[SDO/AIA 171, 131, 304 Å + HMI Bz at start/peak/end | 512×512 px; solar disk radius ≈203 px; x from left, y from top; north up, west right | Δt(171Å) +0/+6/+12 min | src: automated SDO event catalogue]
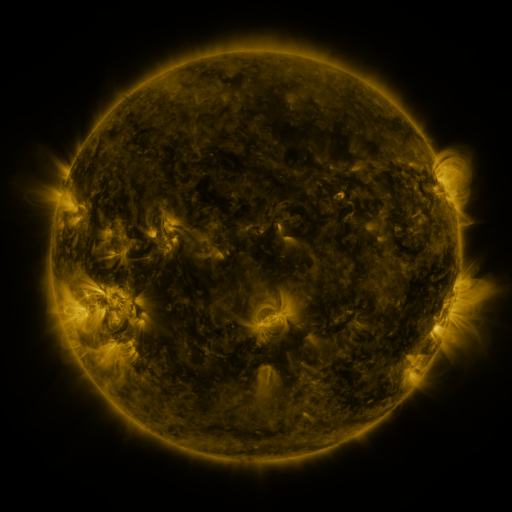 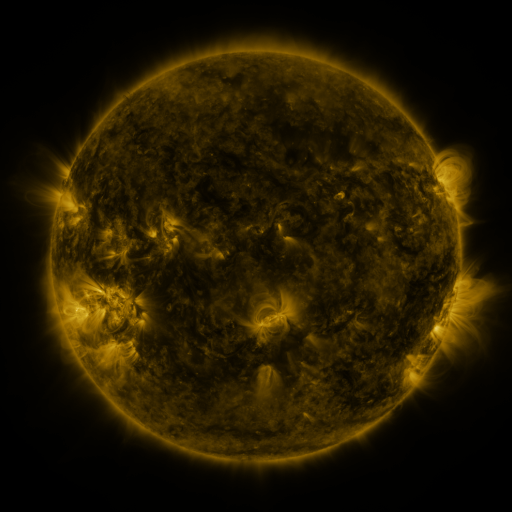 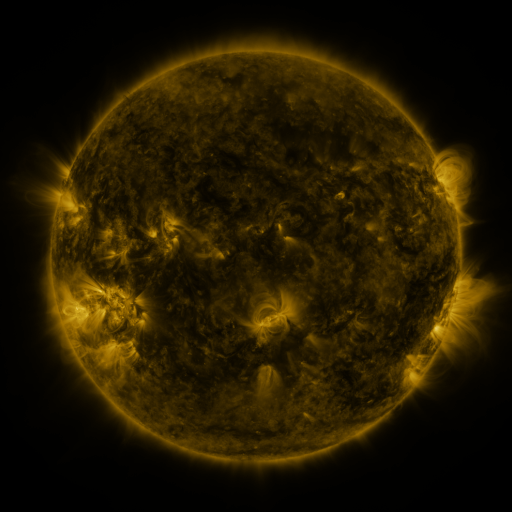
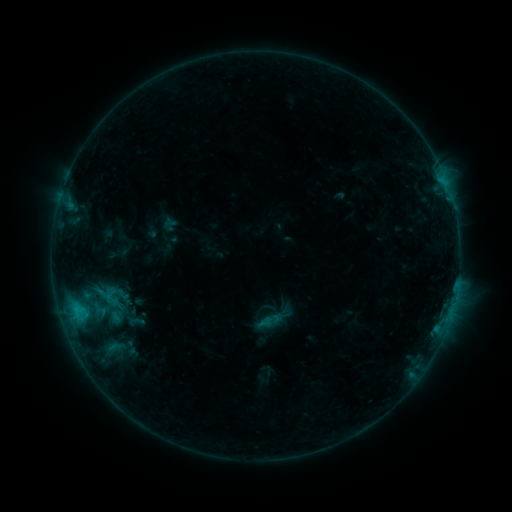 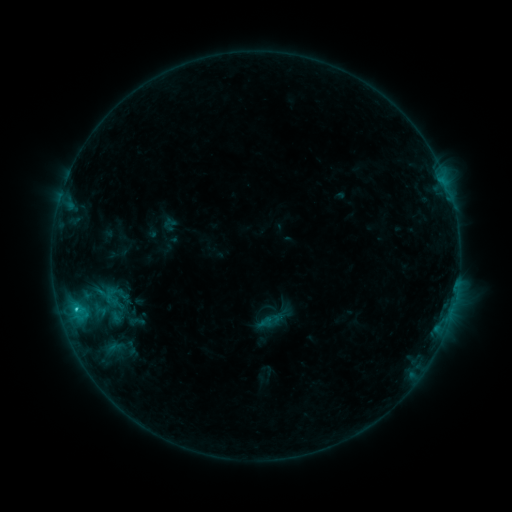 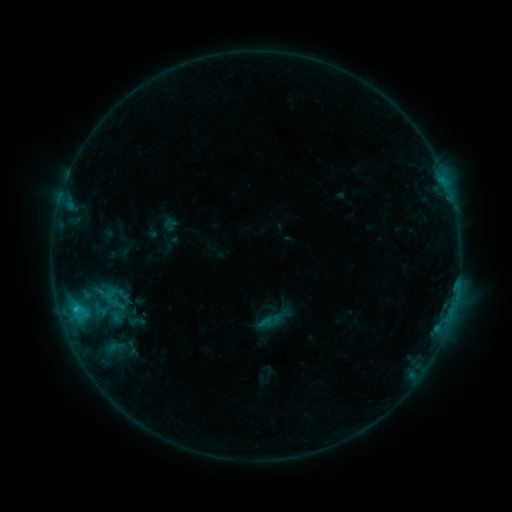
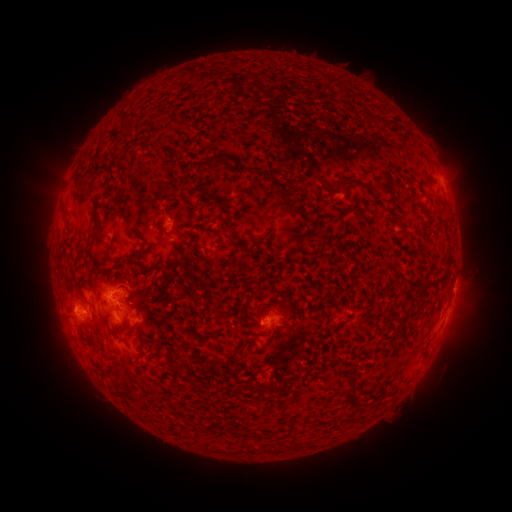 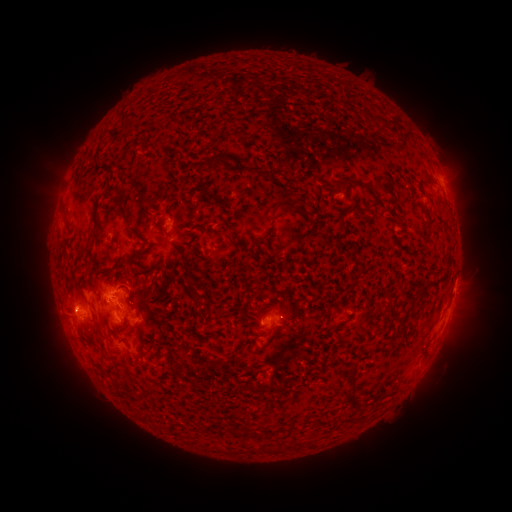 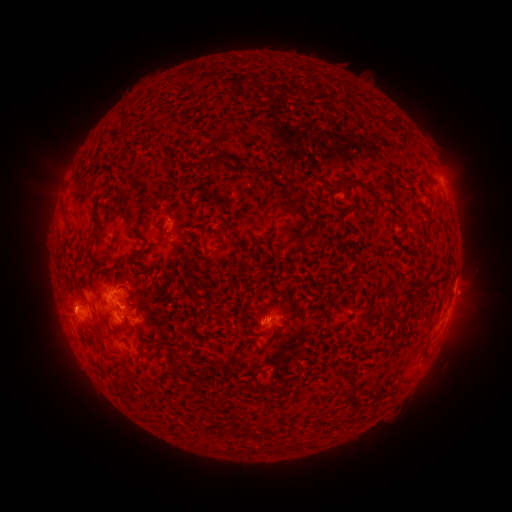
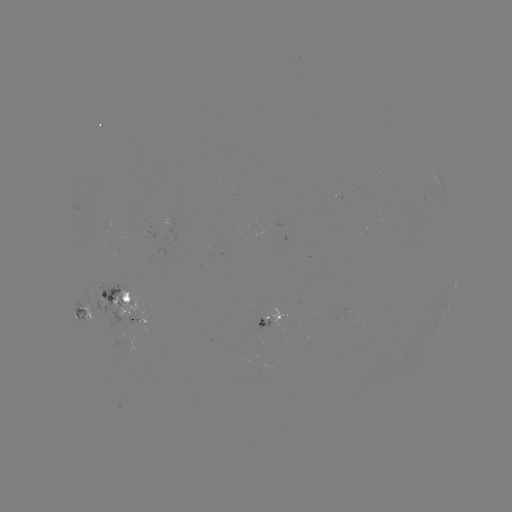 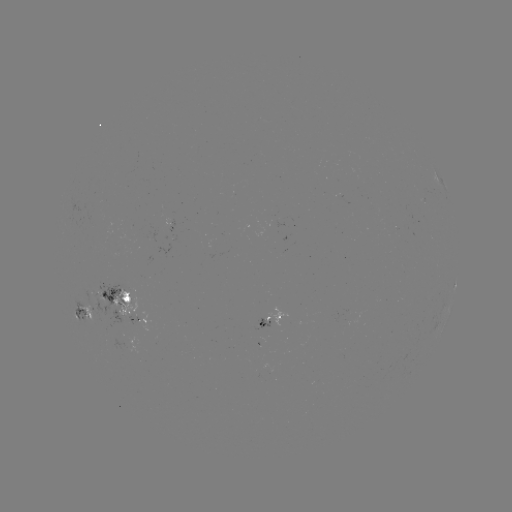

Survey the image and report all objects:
C1.0 flare: (76, 306)
